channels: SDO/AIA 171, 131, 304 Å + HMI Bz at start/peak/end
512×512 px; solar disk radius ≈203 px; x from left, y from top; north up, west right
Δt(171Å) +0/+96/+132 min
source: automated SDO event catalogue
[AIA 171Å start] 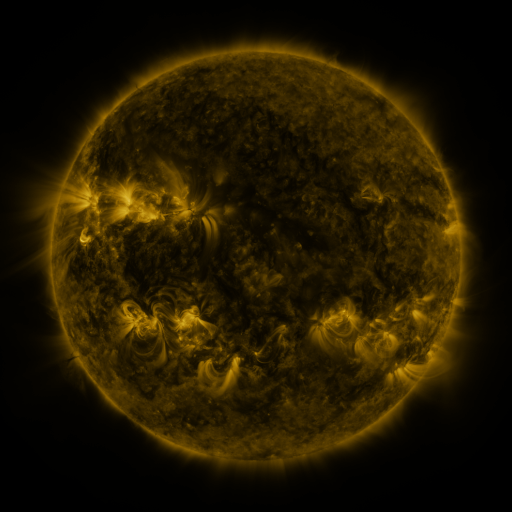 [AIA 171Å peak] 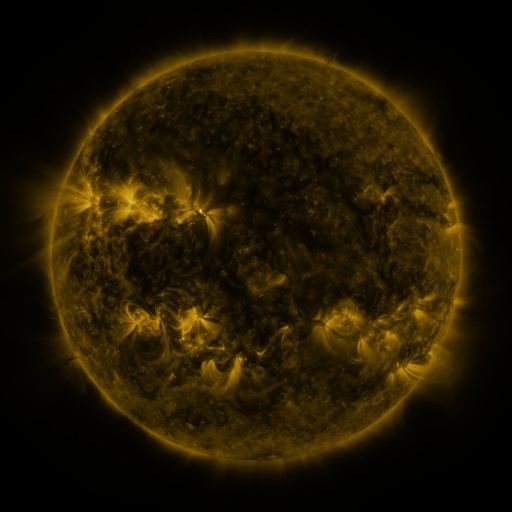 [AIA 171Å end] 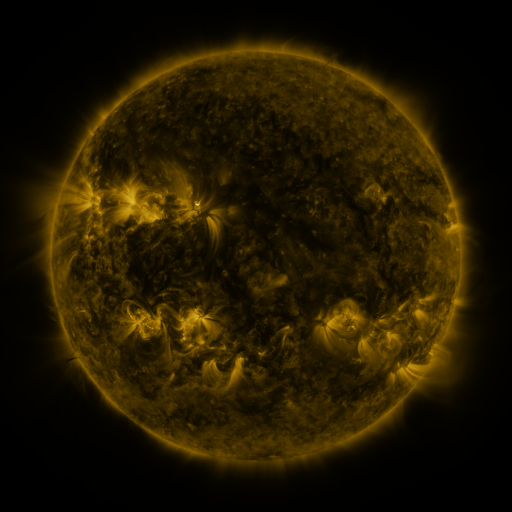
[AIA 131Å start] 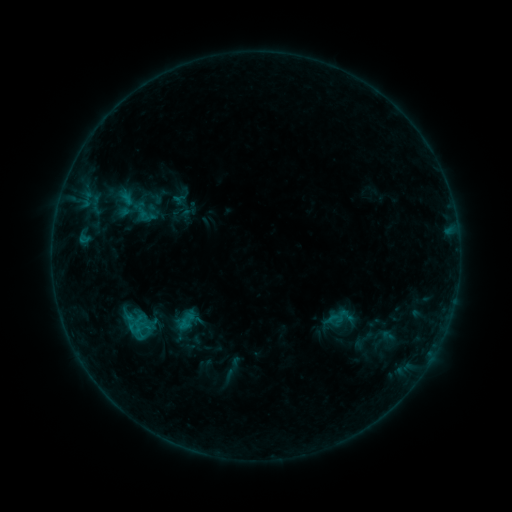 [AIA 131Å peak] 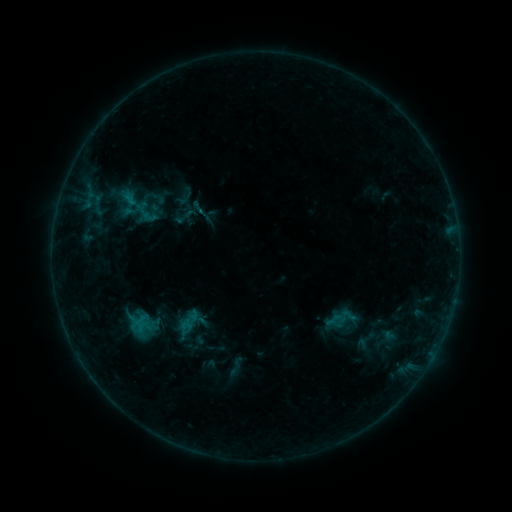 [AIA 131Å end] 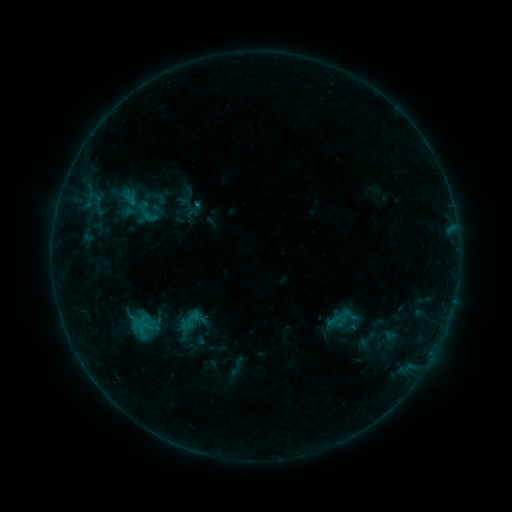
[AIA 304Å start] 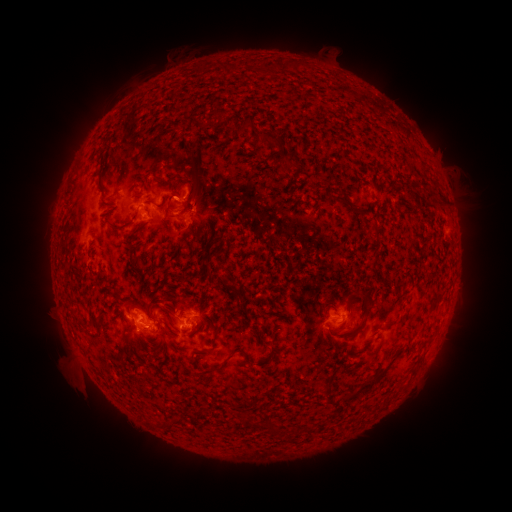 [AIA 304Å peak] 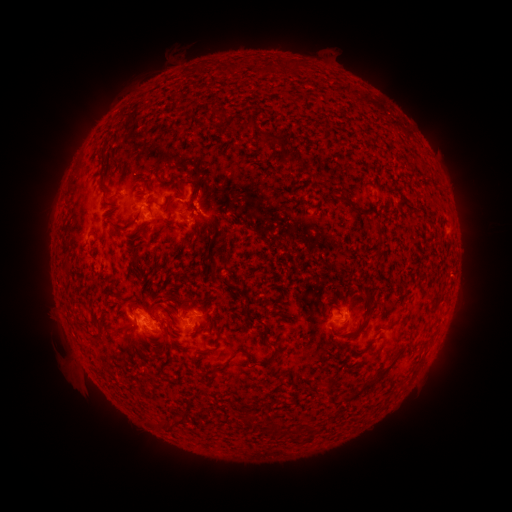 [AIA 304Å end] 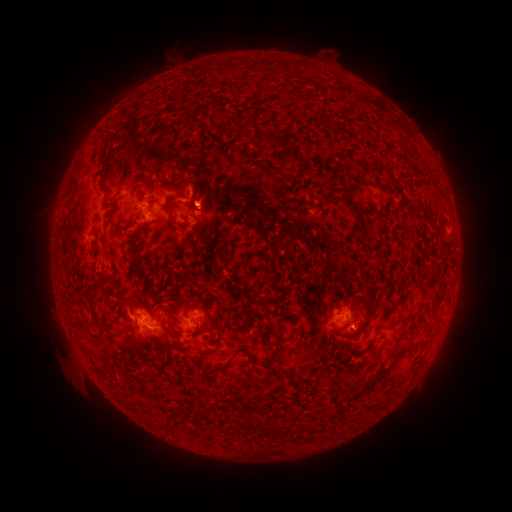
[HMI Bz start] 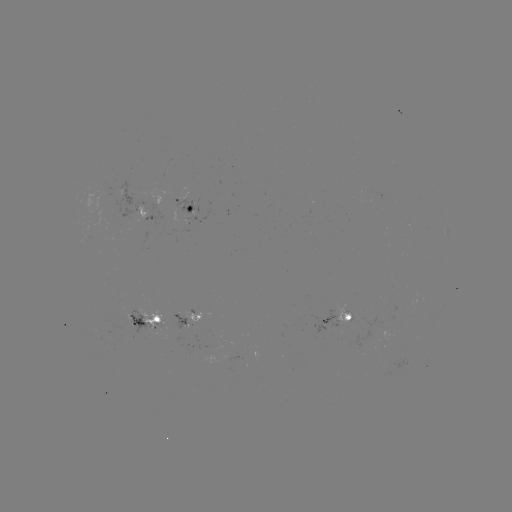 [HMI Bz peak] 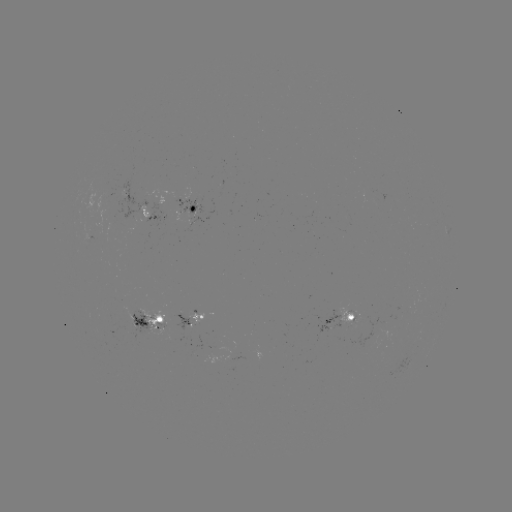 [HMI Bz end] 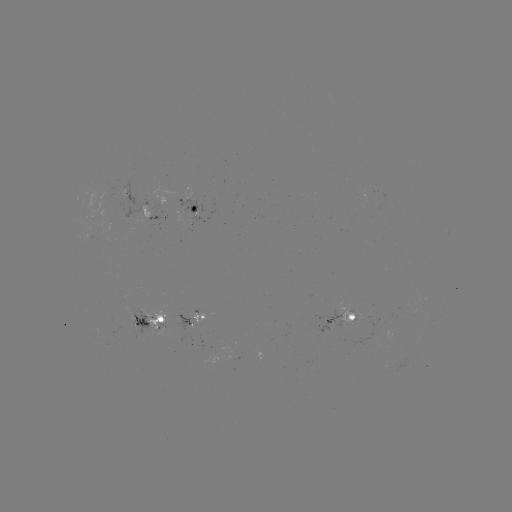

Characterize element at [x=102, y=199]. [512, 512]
emerging-flux region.